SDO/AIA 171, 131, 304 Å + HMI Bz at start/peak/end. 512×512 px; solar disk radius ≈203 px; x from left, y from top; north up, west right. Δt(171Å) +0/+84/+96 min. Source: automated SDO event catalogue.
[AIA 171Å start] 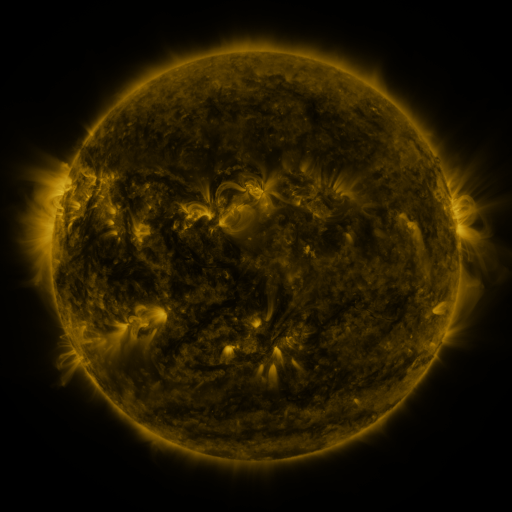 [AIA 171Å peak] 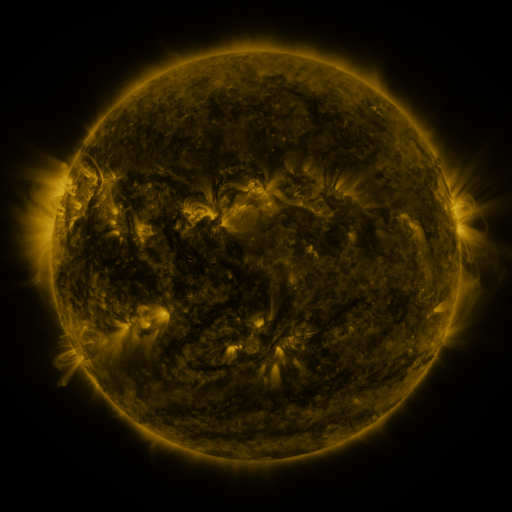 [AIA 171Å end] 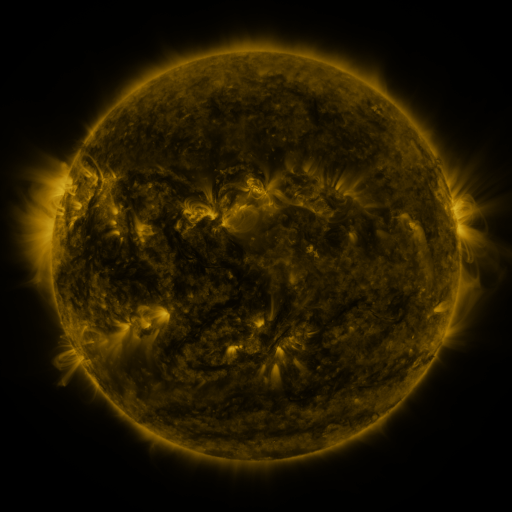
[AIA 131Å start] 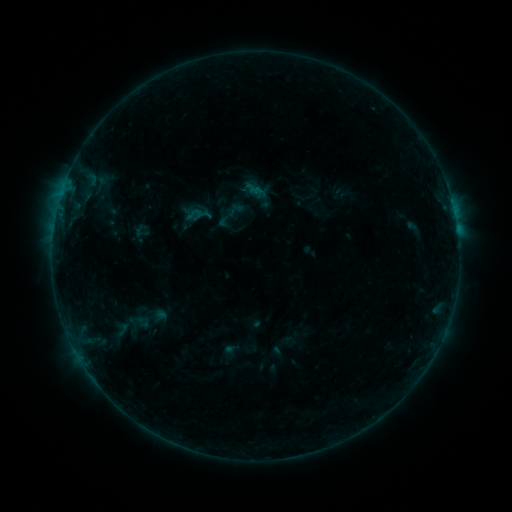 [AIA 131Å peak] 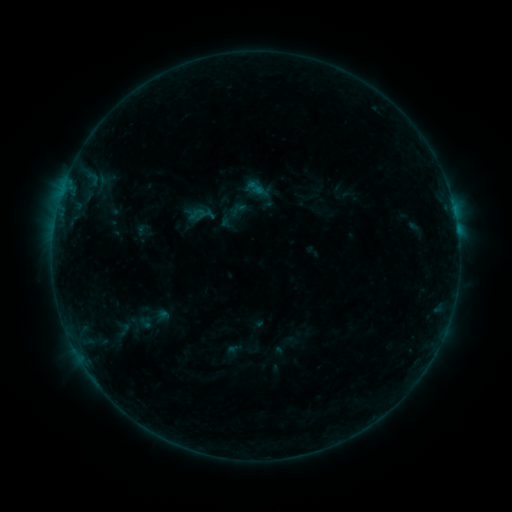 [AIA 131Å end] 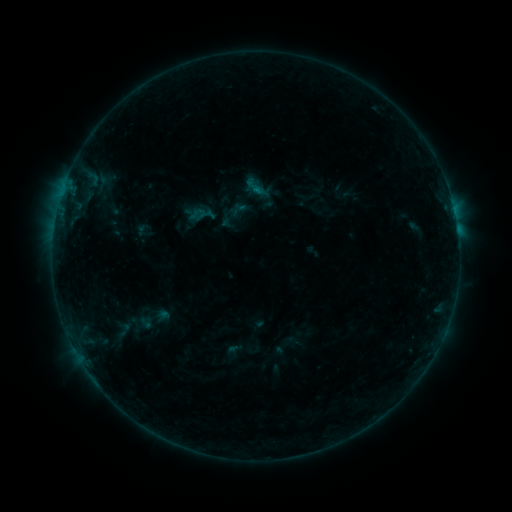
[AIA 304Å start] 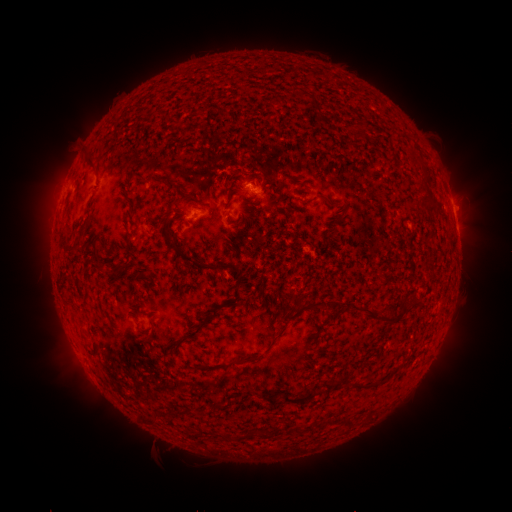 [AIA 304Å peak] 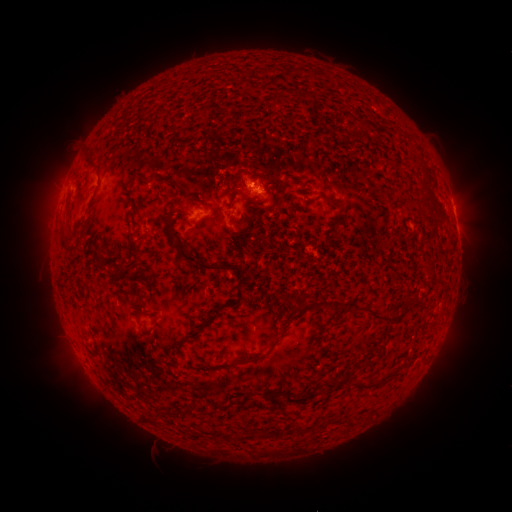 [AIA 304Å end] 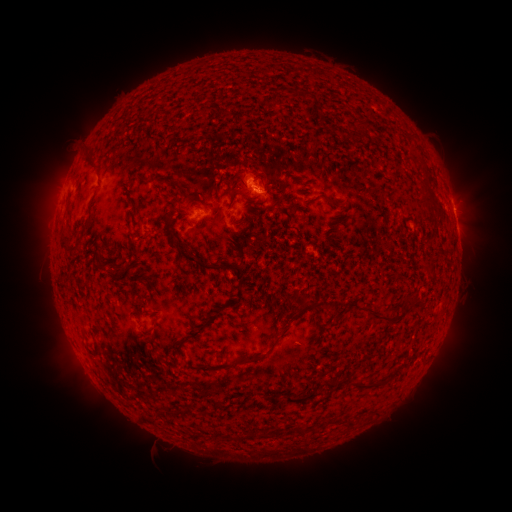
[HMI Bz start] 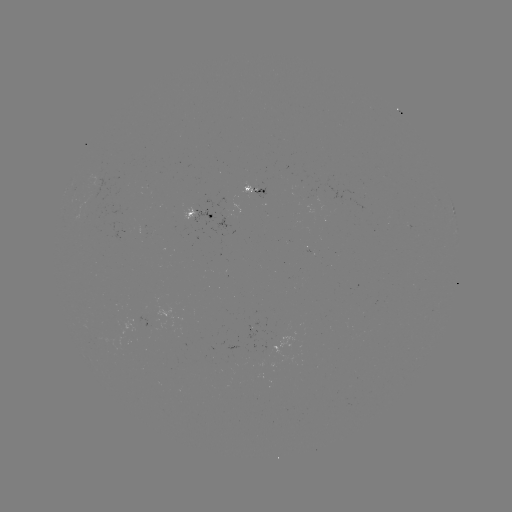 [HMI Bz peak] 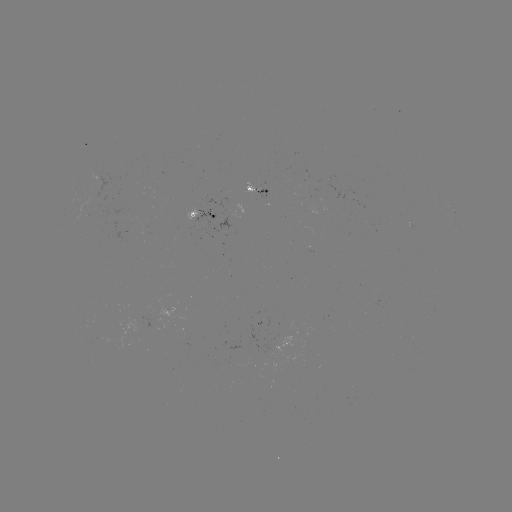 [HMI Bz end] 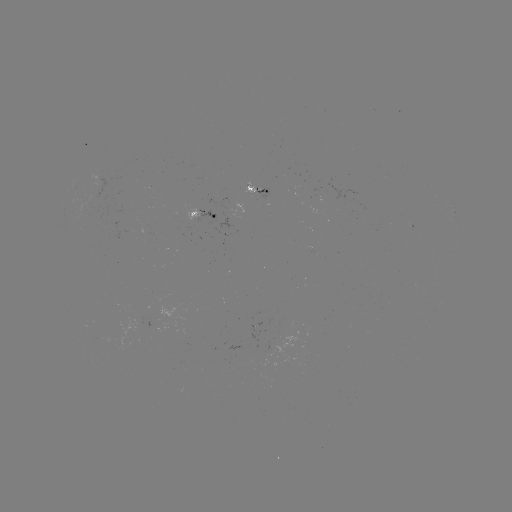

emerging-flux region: <bbox>186, 209, 199, 229</bbox>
